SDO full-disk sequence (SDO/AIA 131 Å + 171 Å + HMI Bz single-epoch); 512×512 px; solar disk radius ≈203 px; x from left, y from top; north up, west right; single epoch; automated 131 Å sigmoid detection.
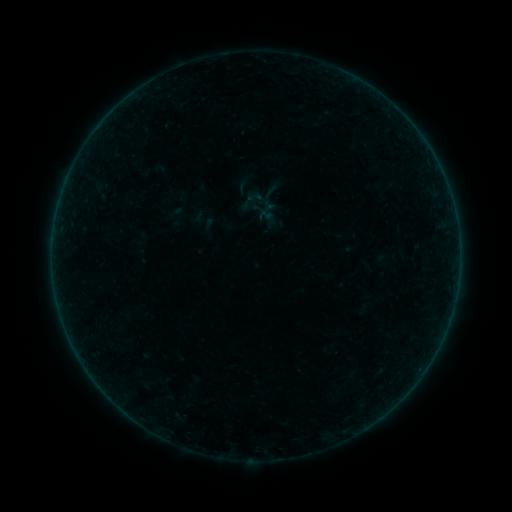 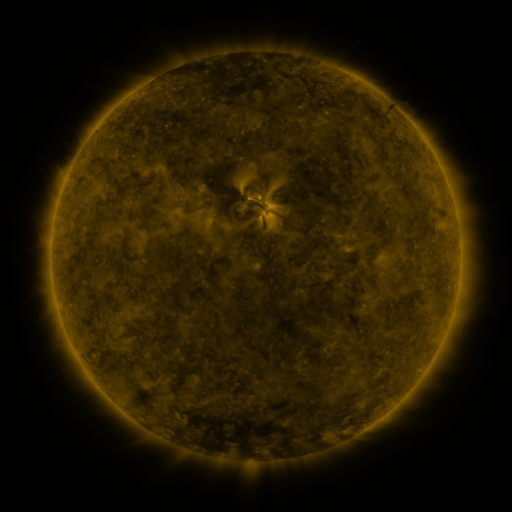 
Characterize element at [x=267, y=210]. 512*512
sigmoid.